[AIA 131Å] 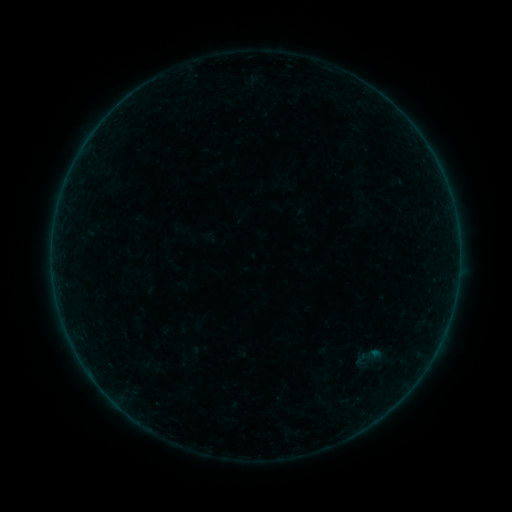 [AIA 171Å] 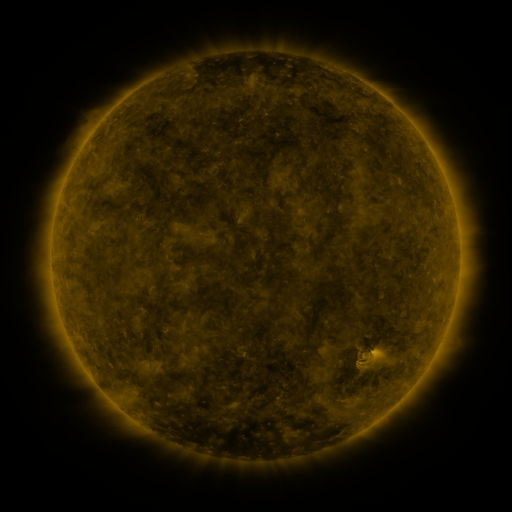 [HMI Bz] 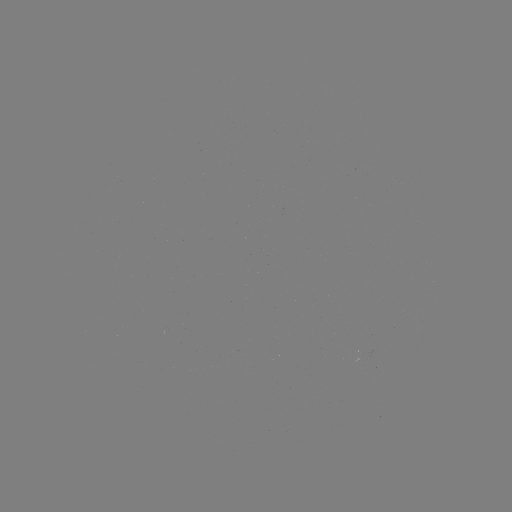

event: sigmoid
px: (367, 358)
